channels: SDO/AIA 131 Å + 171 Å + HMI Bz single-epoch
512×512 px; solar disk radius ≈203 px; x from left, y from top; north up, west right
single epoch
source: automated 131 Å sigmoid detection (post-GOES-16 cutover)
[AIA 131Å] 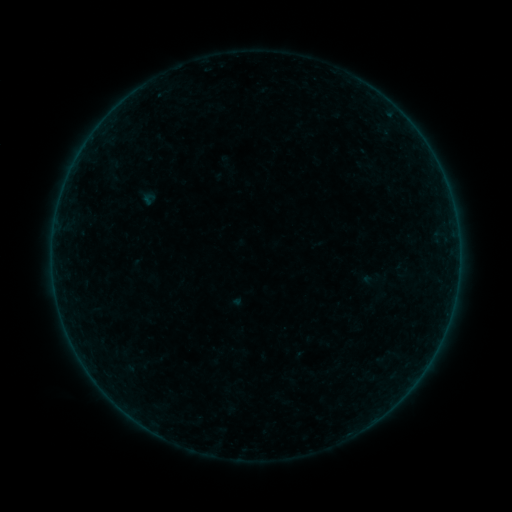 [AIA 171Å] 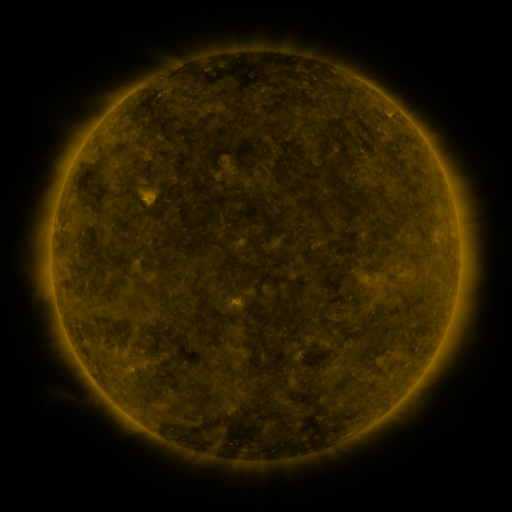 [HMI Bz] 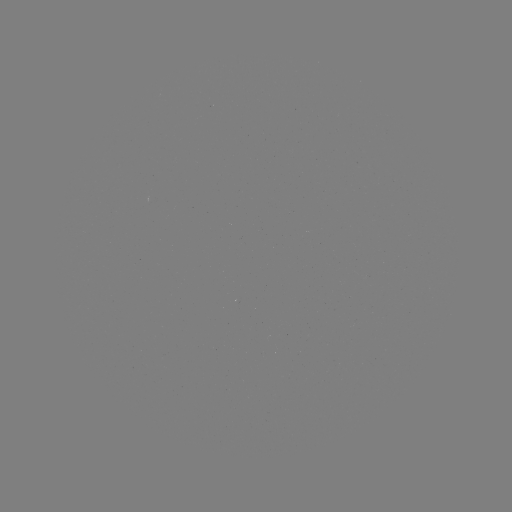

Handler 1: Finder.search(sigmoid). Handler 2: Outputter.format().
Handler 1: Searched sigmoid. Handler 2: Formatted [149, 199].